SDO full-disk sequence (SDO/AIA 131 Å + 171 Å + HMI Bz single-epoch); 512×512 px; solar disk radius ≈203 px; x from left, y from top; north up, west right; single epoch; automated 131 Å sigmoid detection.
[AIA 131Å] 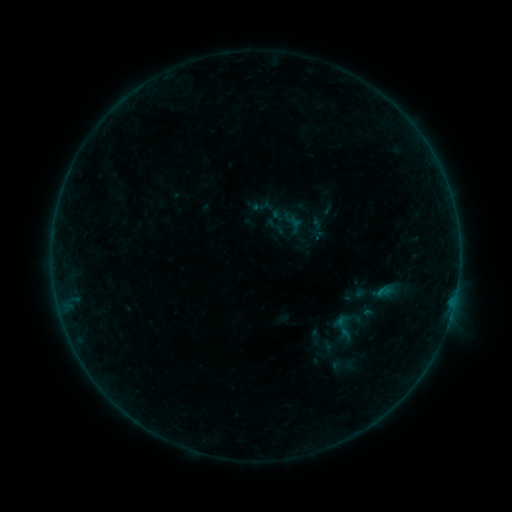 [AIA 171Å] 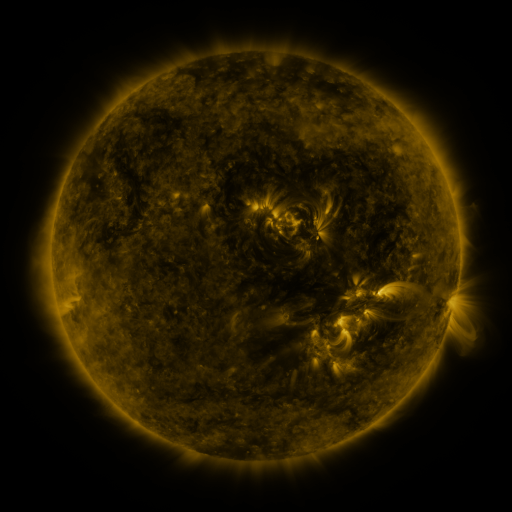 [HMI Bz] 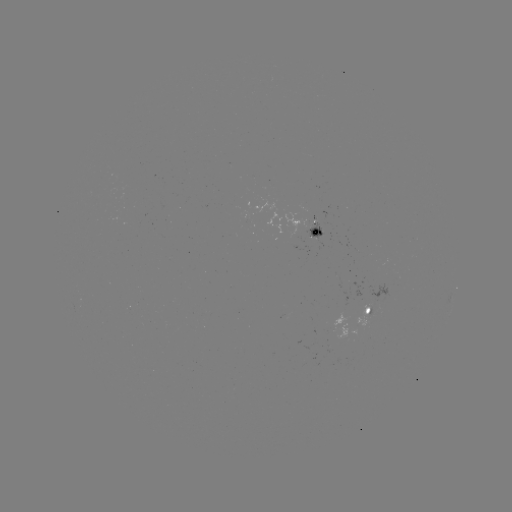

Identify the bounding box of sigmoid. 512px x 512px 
[265, 196, 329, 255].